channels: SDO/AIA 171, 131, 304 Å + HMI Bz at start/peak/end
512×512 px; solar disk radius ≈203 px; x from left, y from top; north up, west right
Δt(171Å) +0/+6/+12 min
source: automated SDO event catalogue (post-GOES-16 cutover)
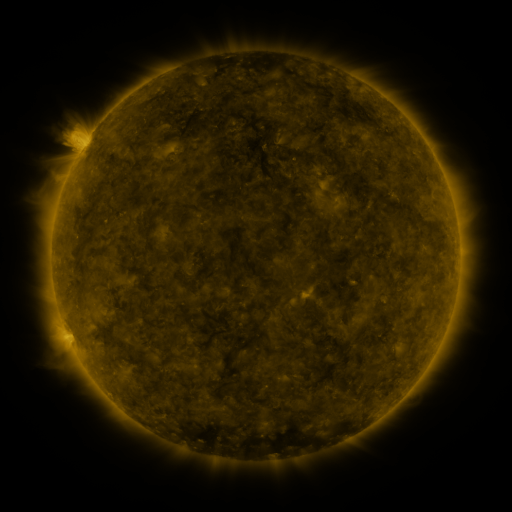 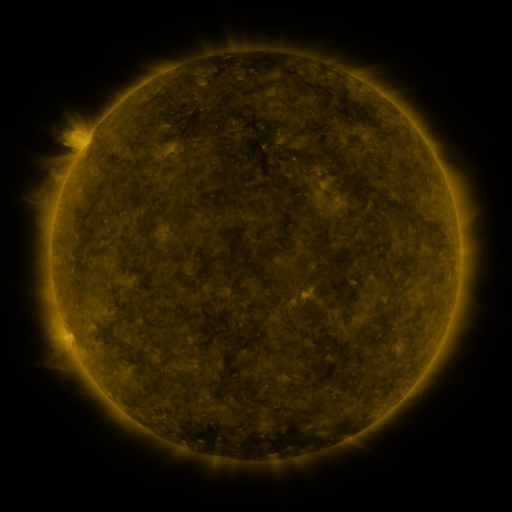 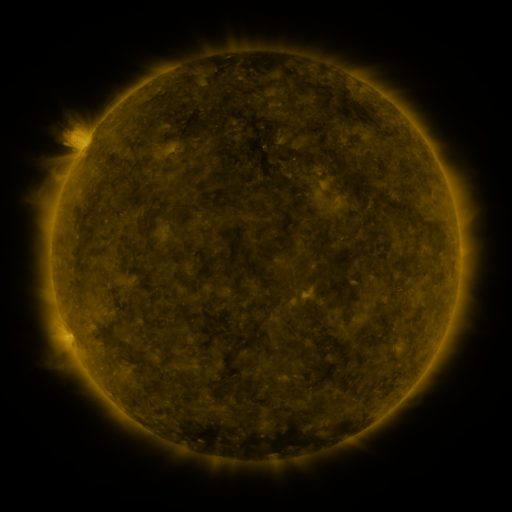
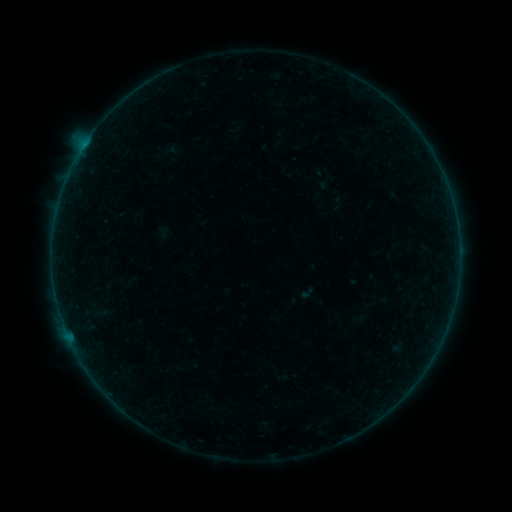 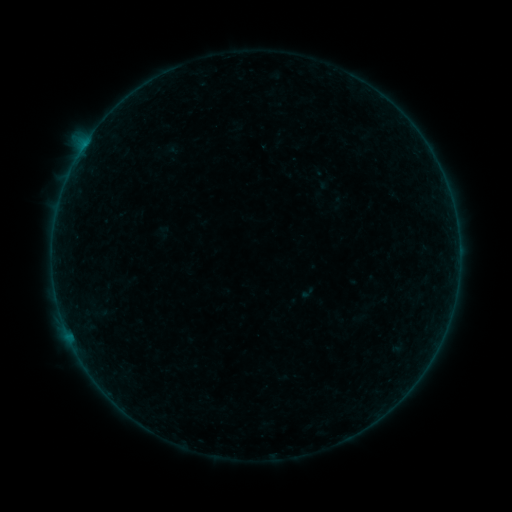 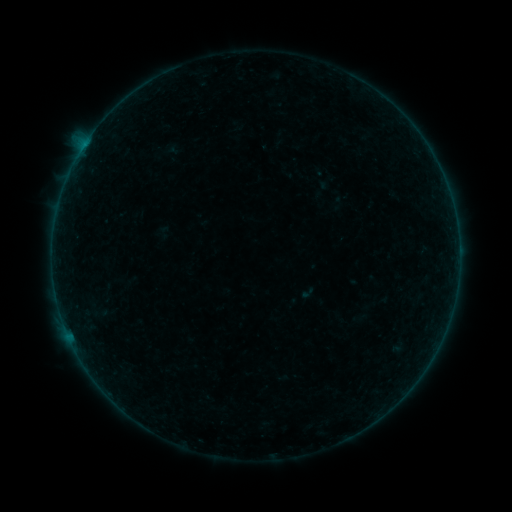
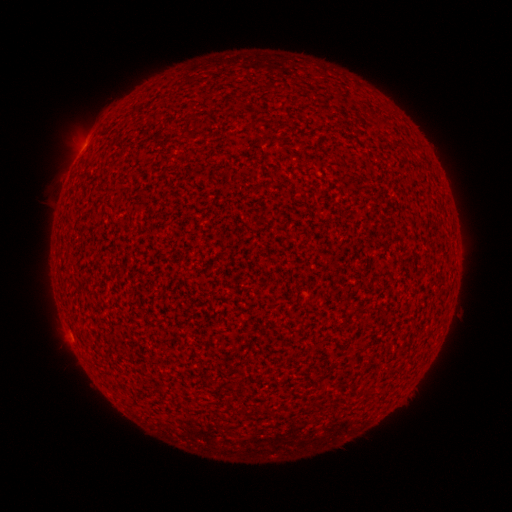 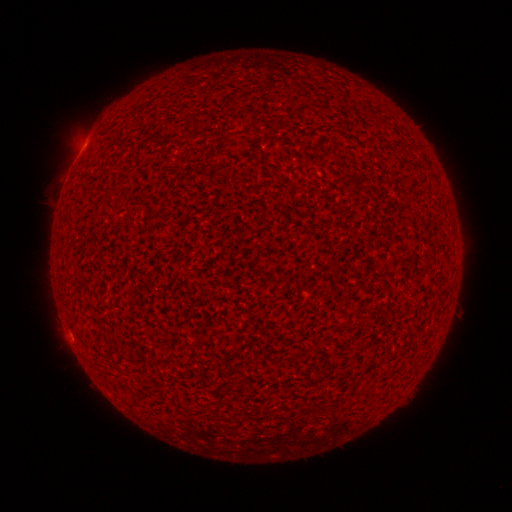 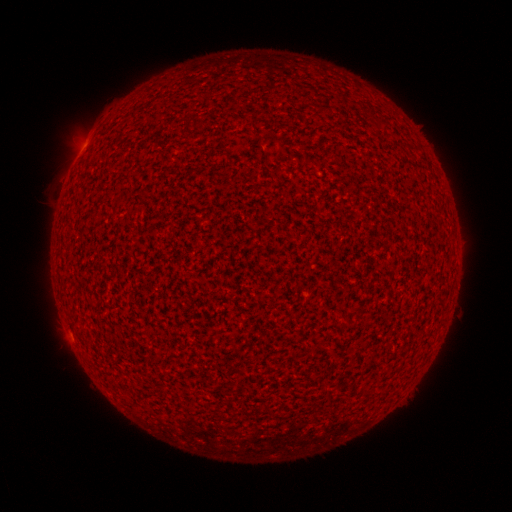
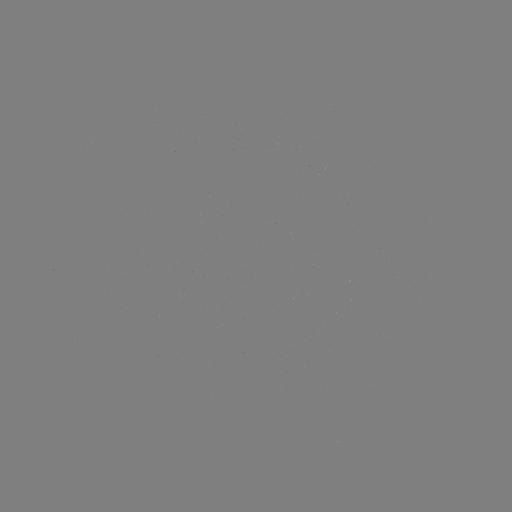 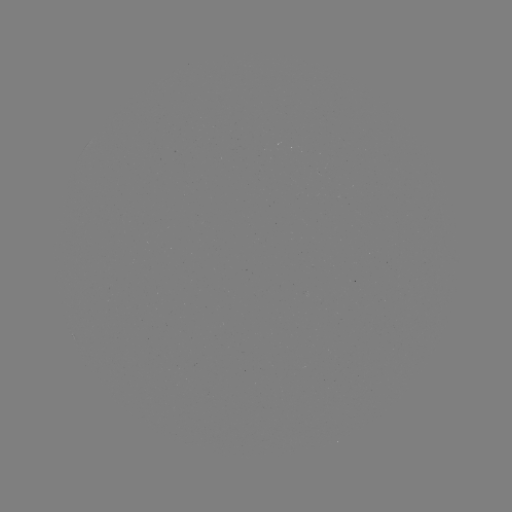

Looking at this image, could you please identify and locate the A2.8 flare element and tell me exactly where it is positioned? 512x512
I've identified A2.8 flare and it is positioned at [83, 148].